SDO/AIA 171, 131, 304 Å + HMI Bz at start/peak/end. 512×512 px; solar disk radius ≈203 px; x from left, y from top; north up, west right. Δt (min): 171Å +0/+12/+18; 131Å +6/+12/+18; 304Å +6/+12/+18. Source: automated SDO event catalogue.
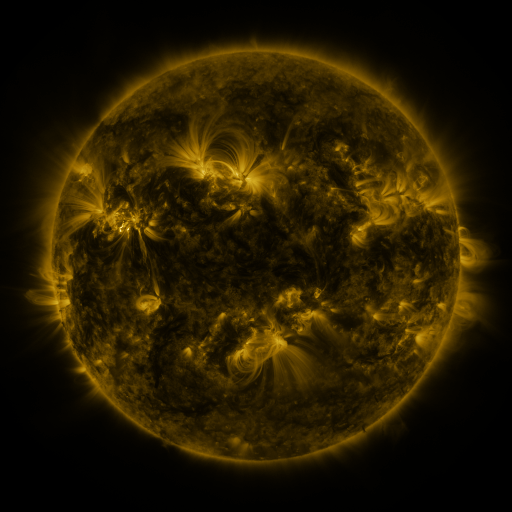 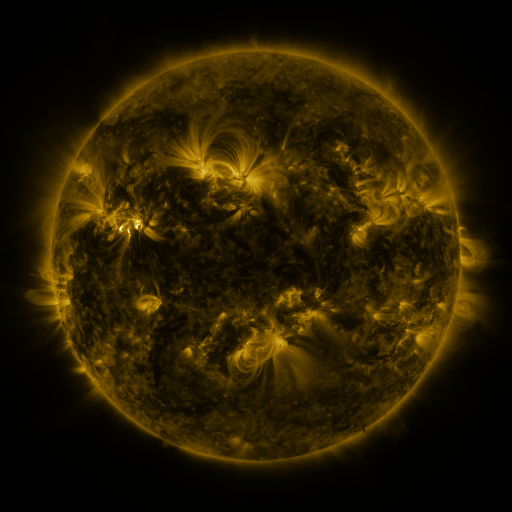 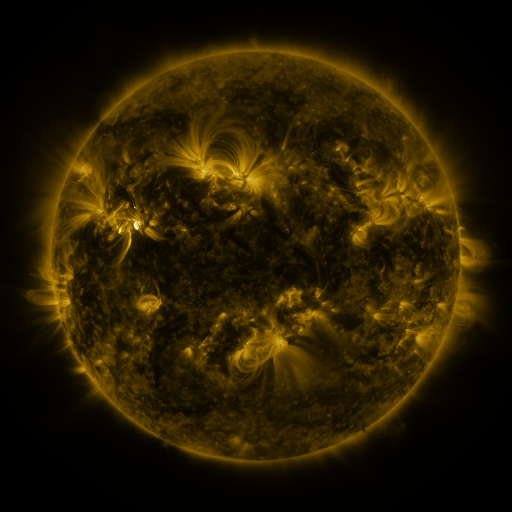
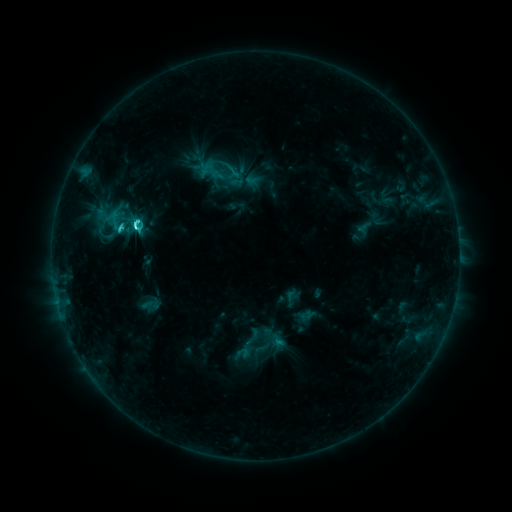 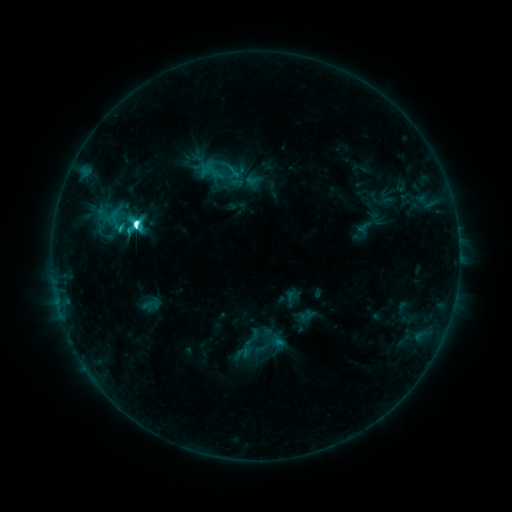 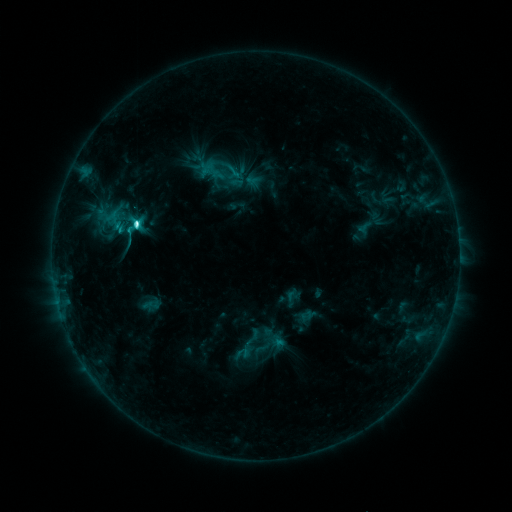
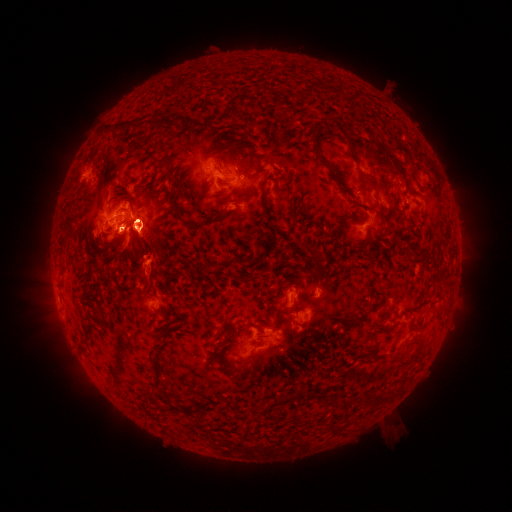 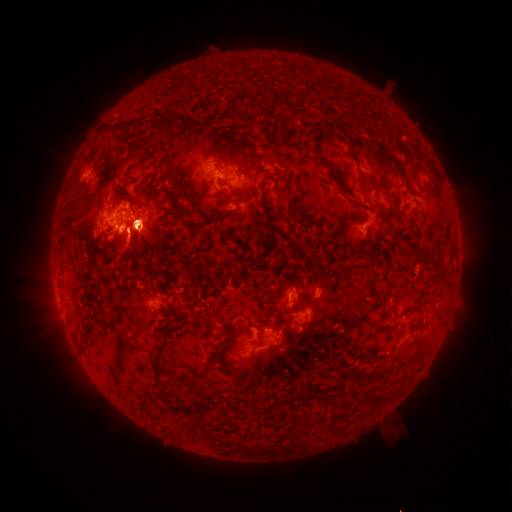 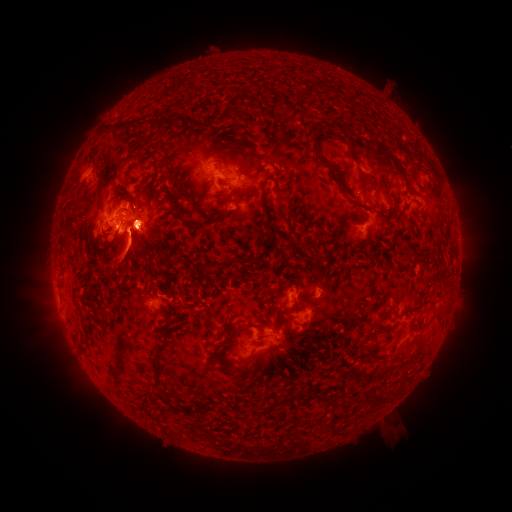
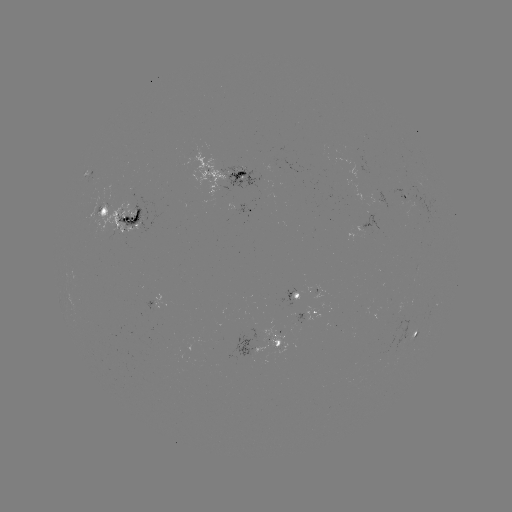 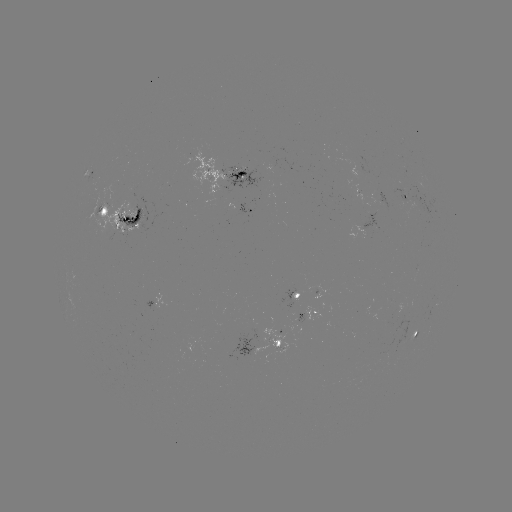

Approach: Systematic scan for eruption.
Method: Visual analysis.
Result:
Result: eruption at (451, 189).